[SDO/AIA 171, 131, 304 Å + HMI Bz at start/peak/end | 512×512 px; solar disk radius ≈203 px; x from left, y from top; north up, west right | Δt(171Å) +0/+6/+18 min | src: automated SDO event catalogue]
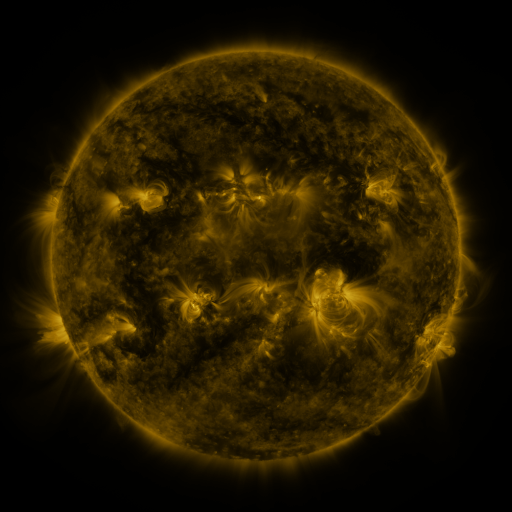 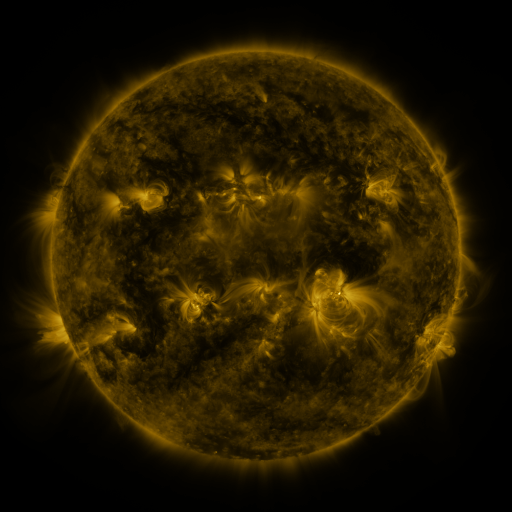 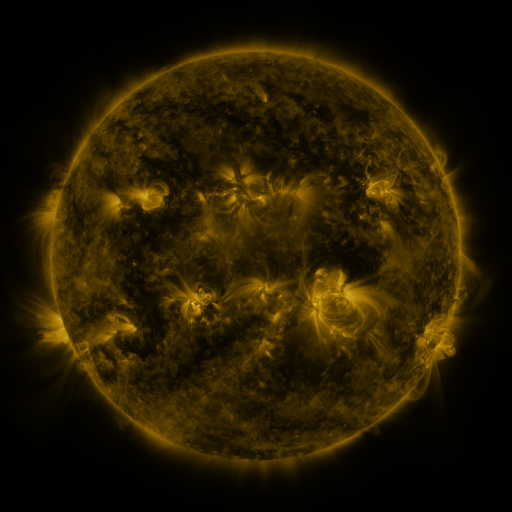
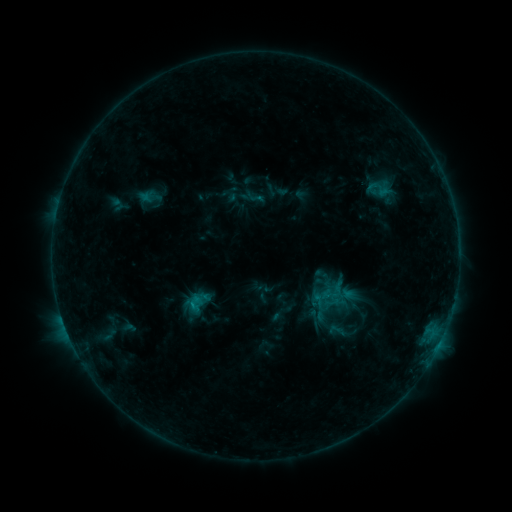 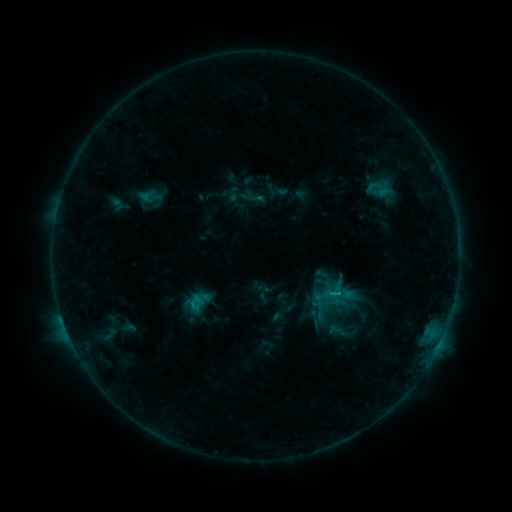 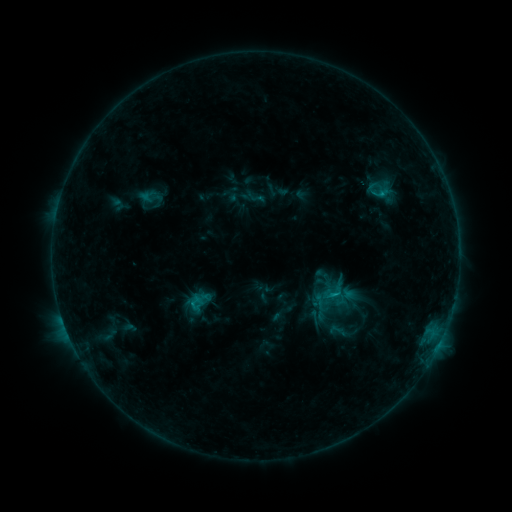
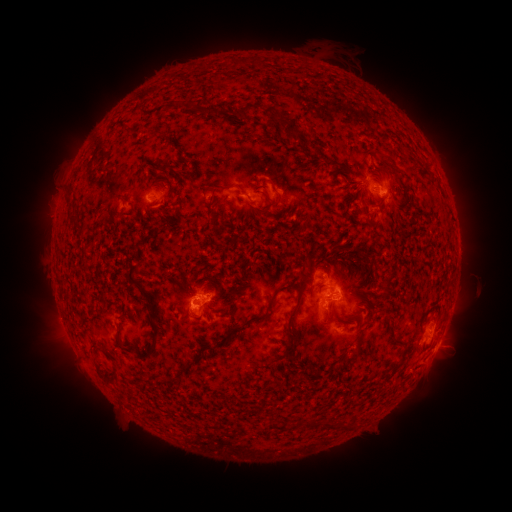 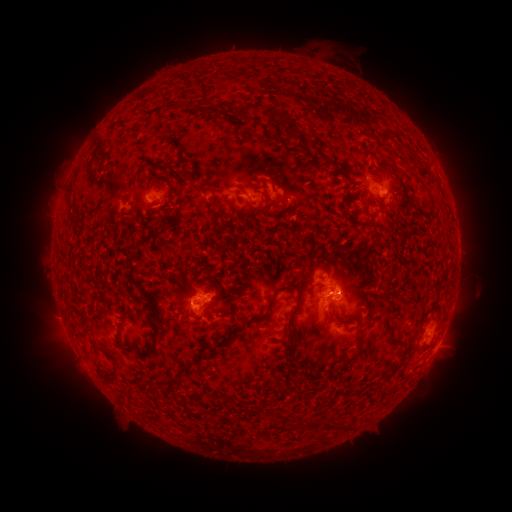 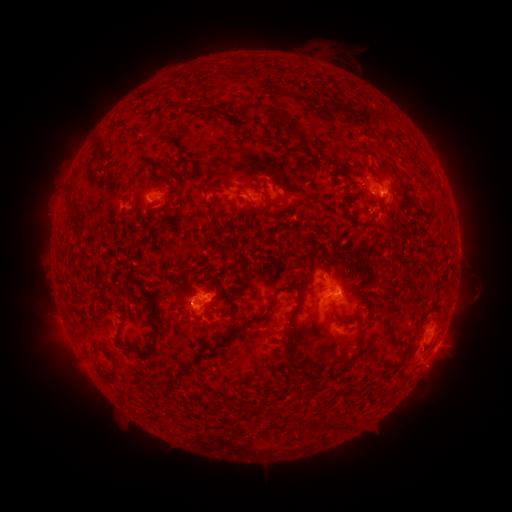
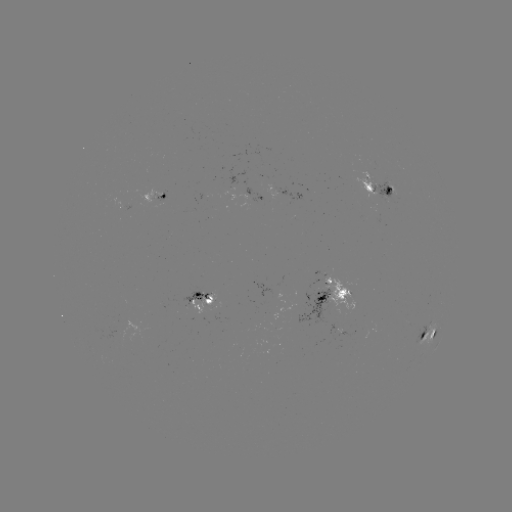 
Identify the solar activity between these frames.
eruption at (419, 358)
